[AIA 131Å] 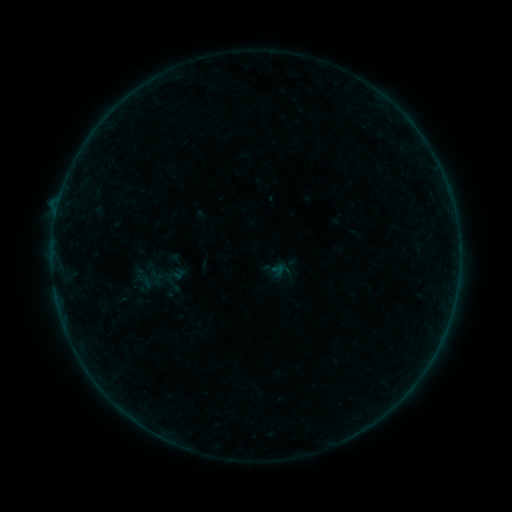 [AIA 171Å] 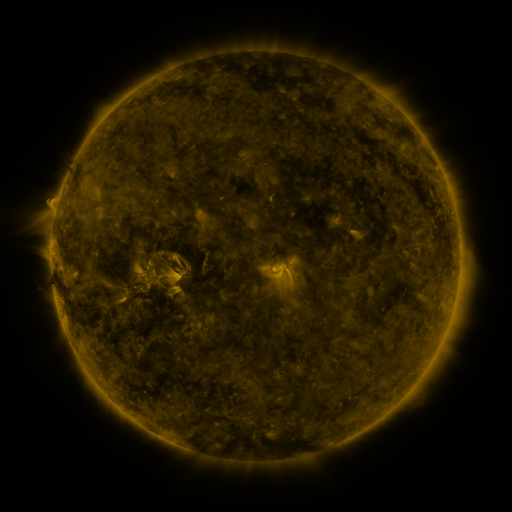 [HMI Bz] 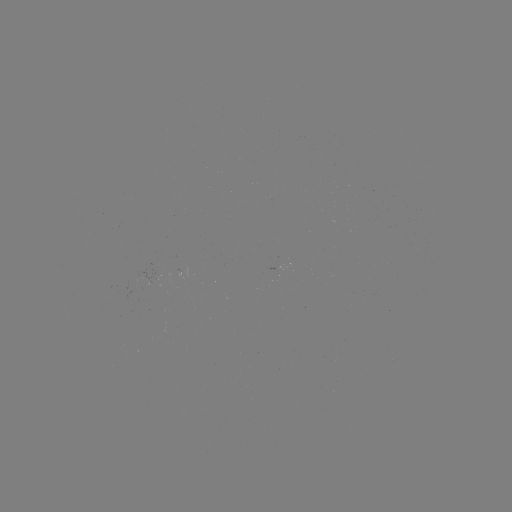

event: sigmoid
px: (139, 275)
